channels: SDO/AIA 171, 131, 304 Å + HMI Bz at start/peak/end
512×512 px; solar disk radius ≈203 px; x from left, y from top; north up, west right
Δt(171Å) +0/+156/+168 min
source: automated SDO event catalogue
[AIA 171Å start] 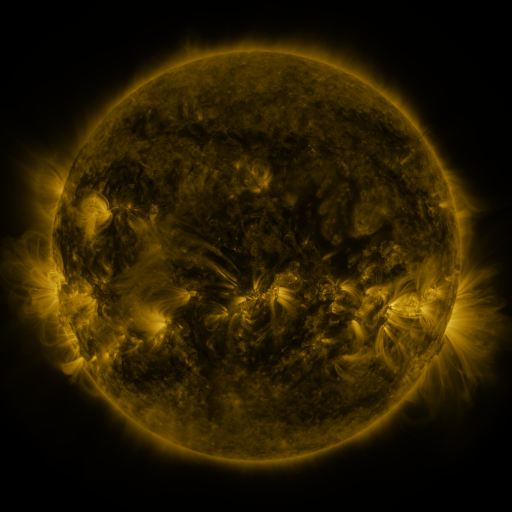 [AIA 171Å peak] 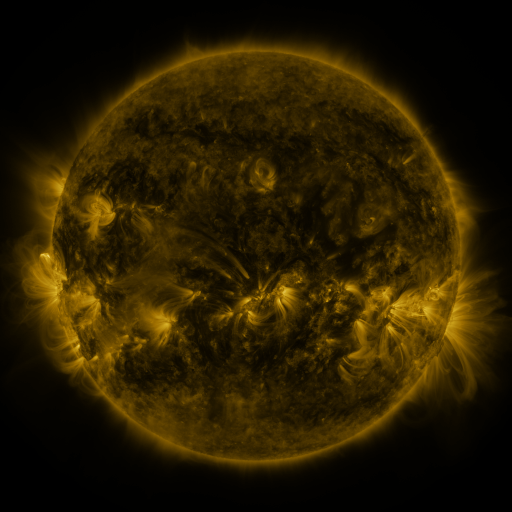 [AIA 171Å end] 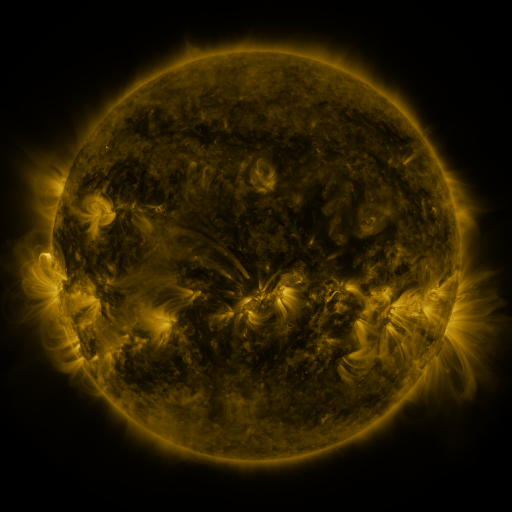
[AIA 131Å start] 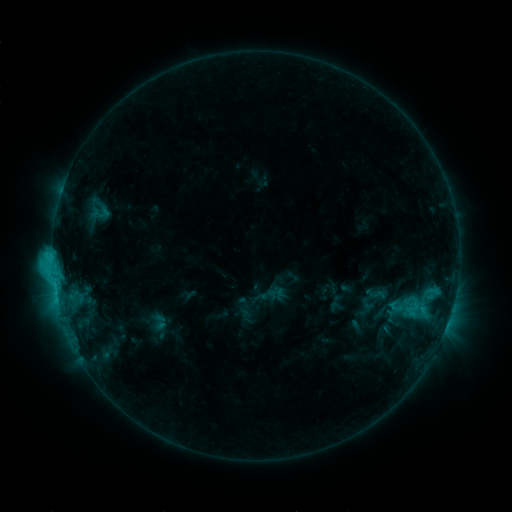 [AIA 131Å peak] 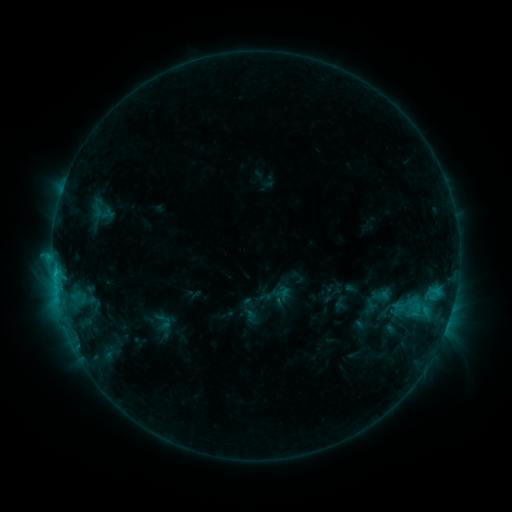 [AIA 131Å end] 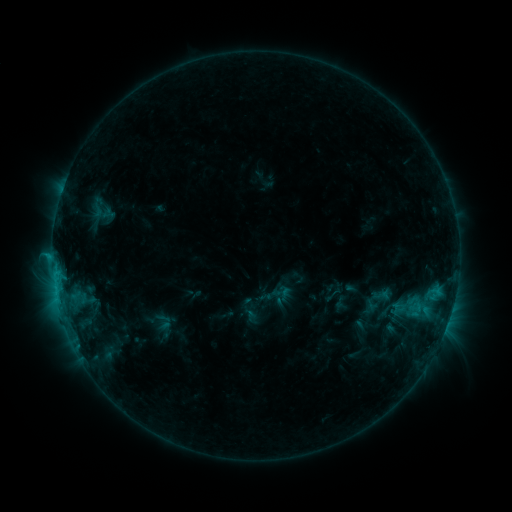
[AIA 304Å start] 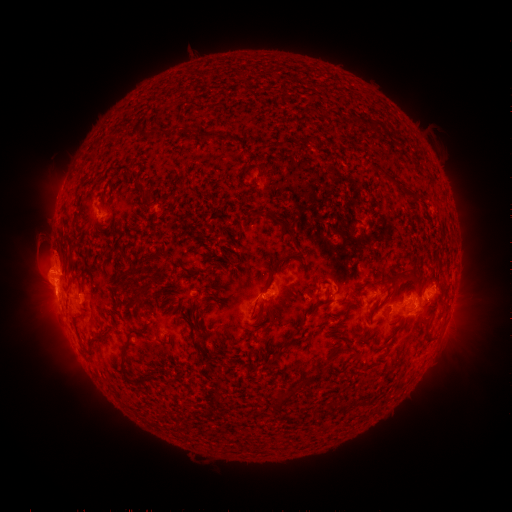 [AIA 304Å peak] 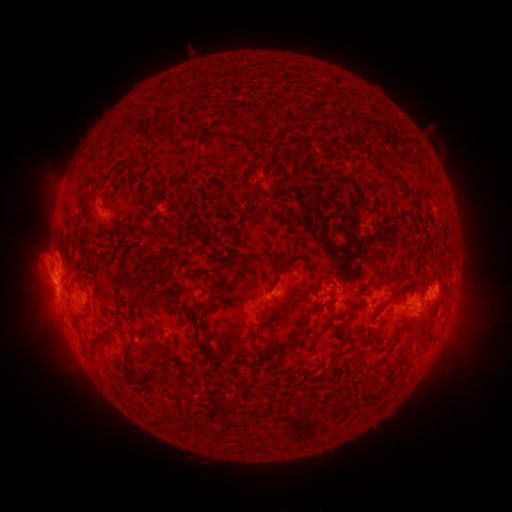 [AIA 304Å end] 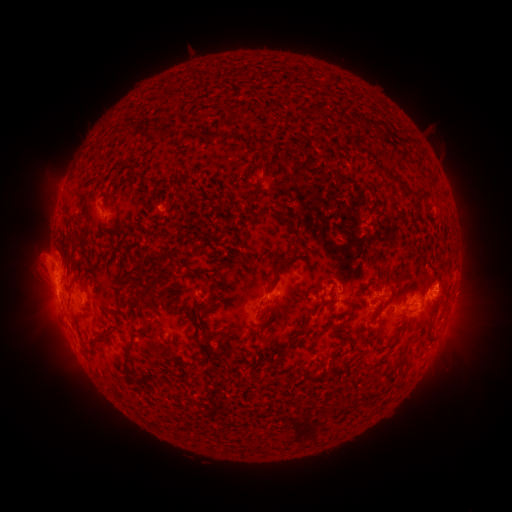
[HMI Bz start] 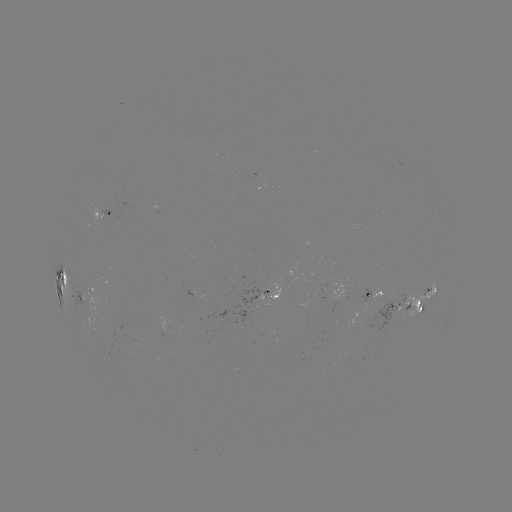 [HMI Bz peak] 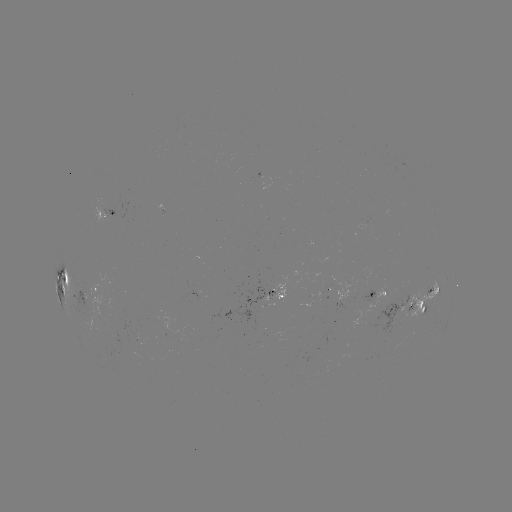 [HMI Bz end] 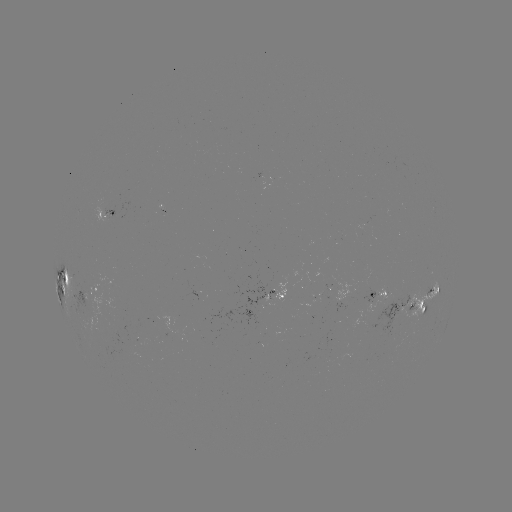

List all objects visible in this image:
emerging-flux region: (268, 306)
